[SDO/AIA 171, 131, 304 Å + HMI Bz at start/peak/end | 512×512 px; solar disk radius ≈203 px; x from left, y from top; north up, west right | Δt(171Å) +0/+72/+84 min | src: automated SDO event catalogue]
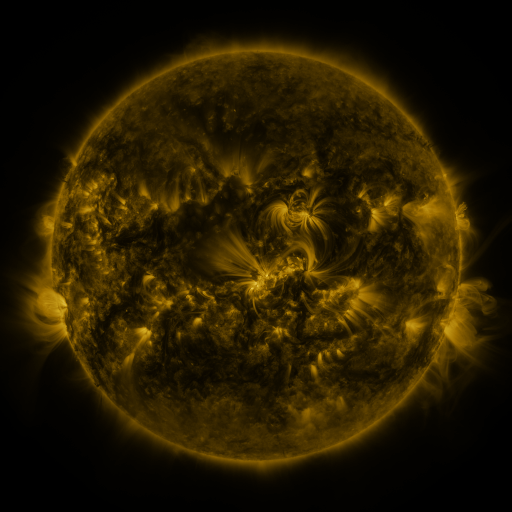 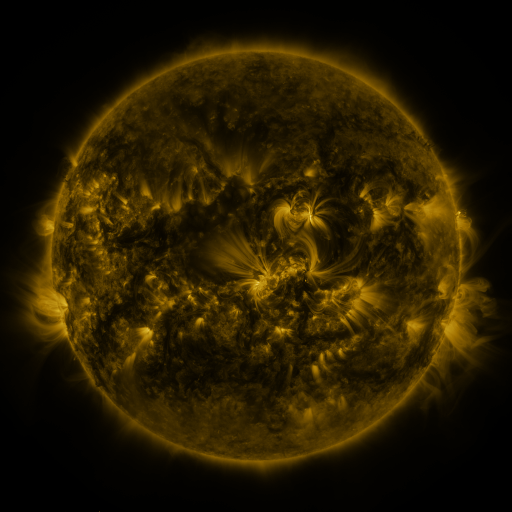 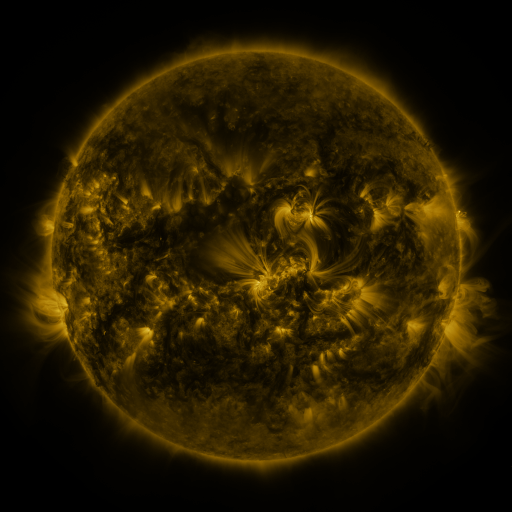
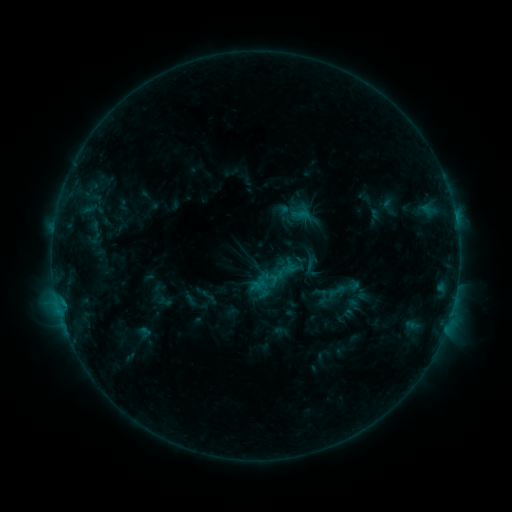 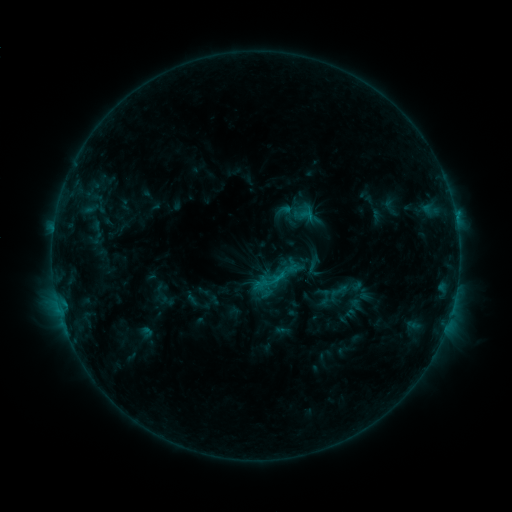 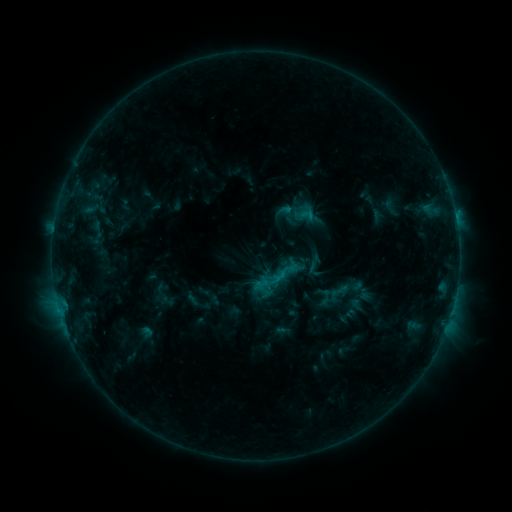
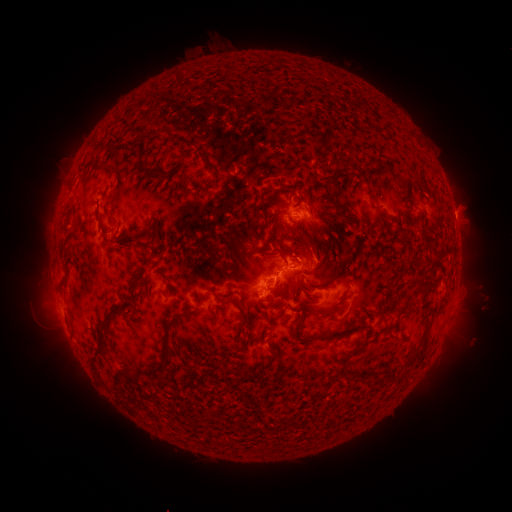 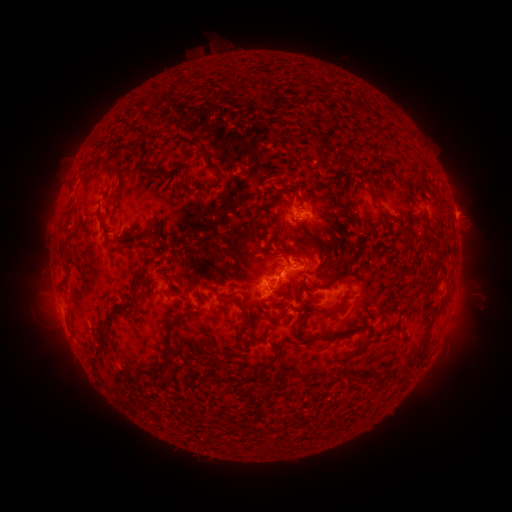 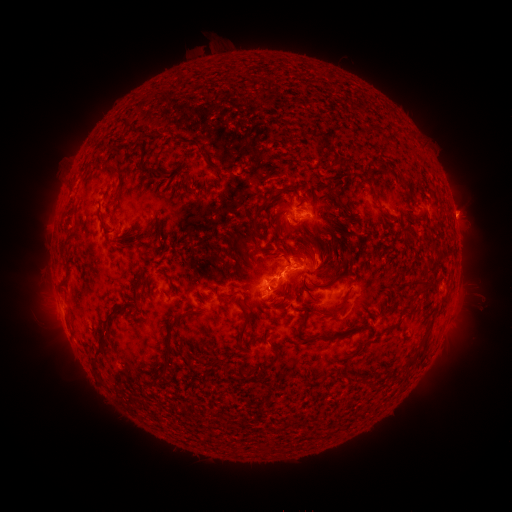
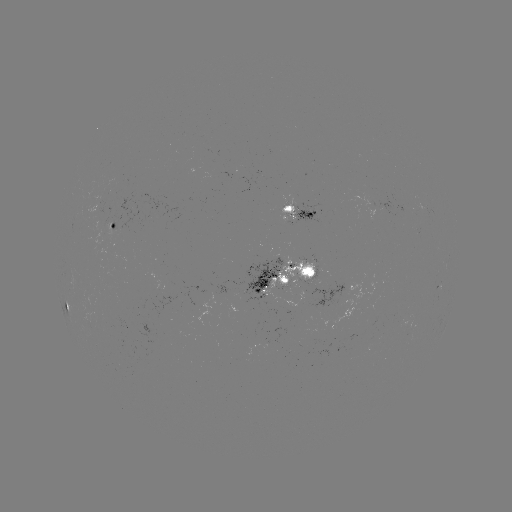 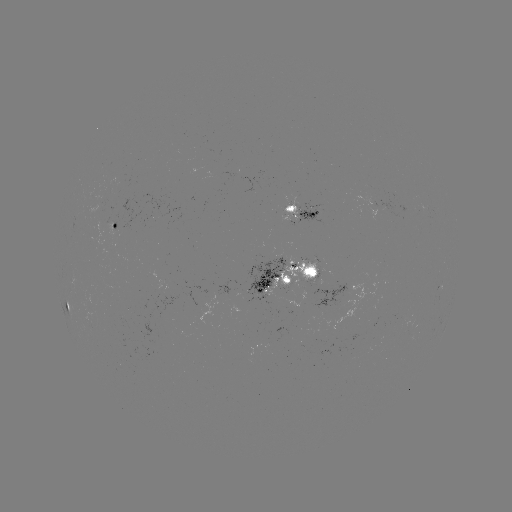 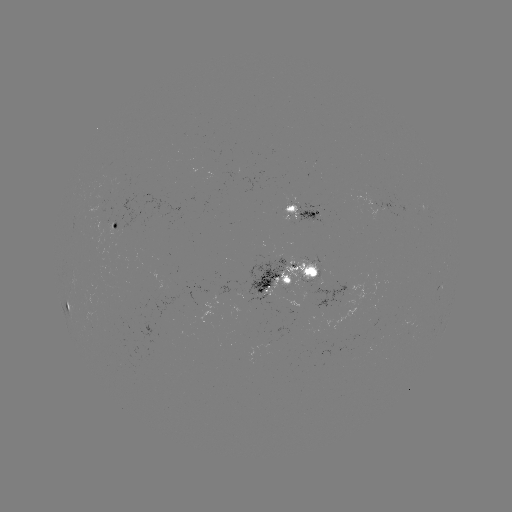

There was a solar emerging-flux region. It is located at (285, 203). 